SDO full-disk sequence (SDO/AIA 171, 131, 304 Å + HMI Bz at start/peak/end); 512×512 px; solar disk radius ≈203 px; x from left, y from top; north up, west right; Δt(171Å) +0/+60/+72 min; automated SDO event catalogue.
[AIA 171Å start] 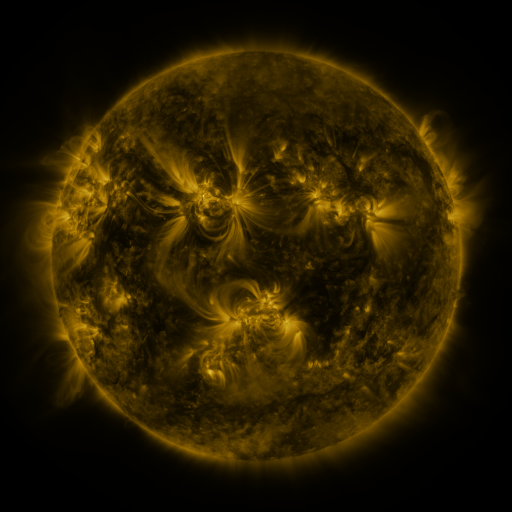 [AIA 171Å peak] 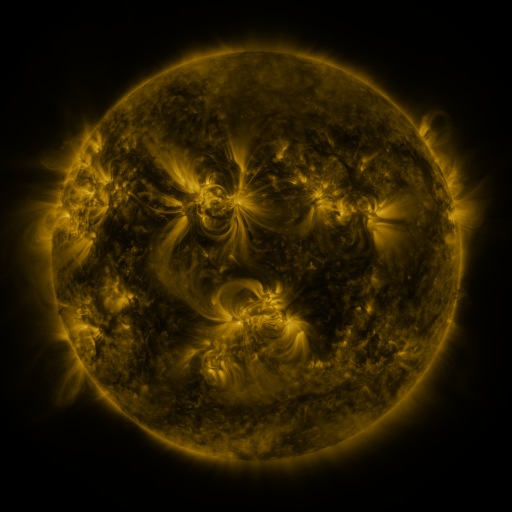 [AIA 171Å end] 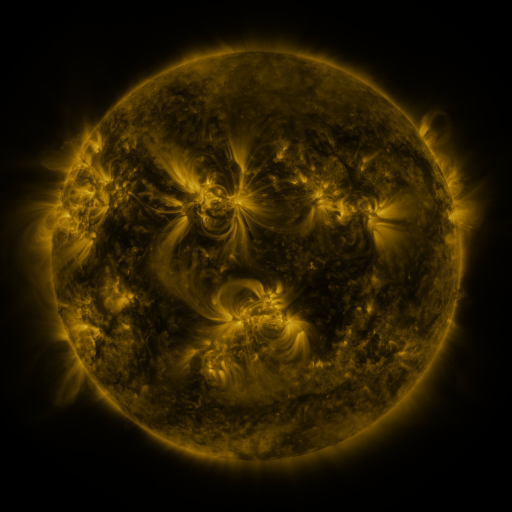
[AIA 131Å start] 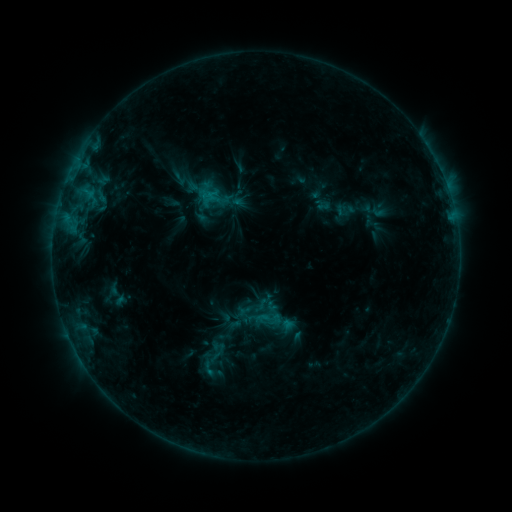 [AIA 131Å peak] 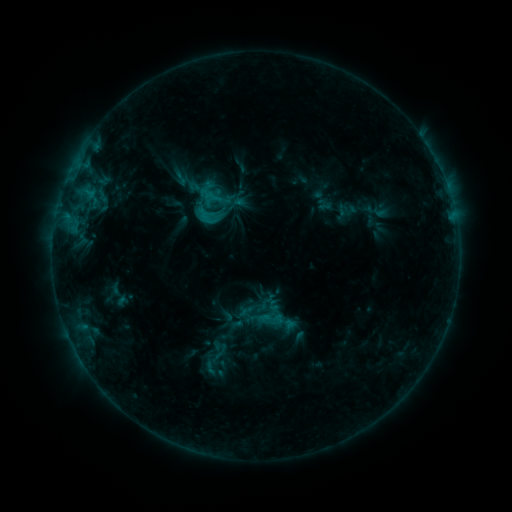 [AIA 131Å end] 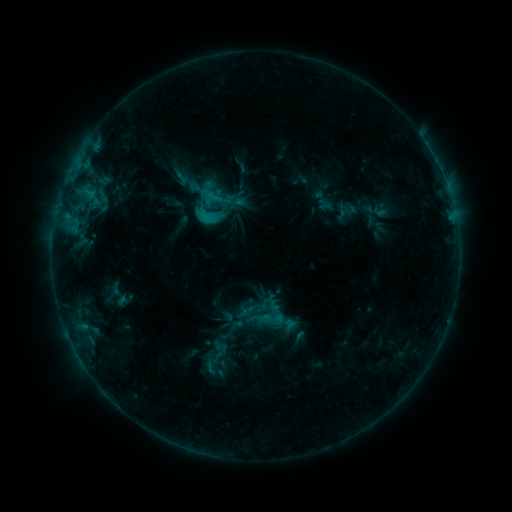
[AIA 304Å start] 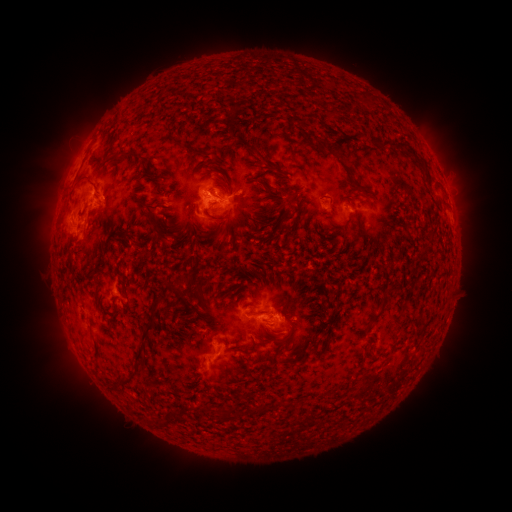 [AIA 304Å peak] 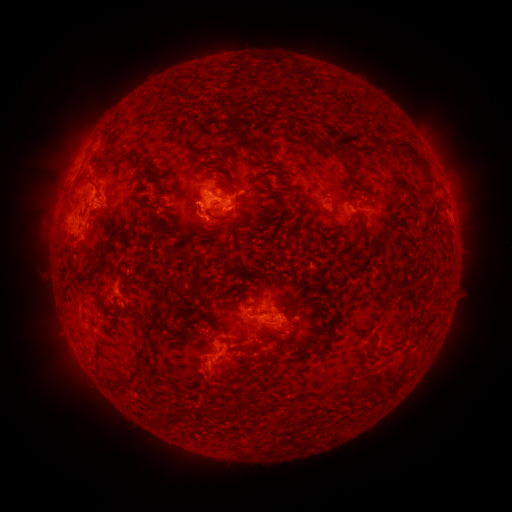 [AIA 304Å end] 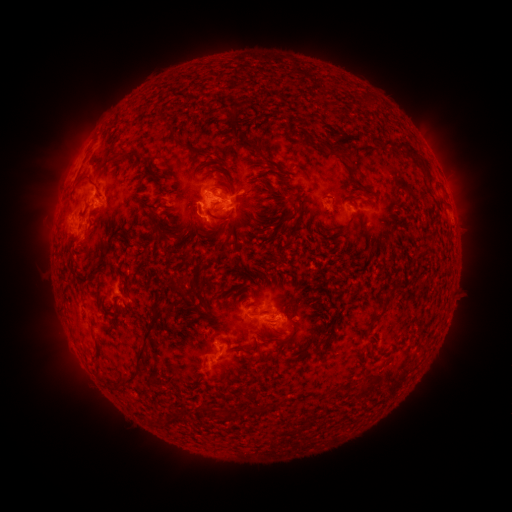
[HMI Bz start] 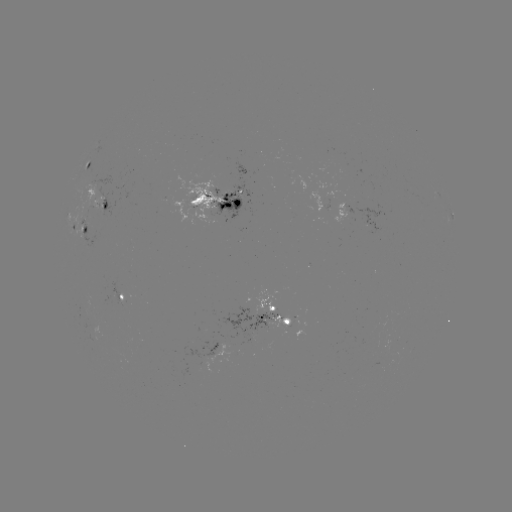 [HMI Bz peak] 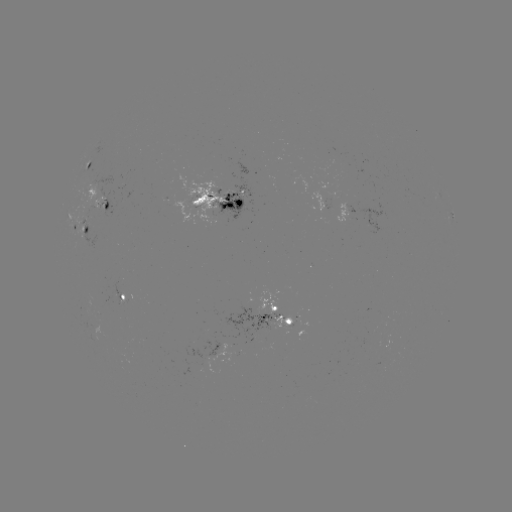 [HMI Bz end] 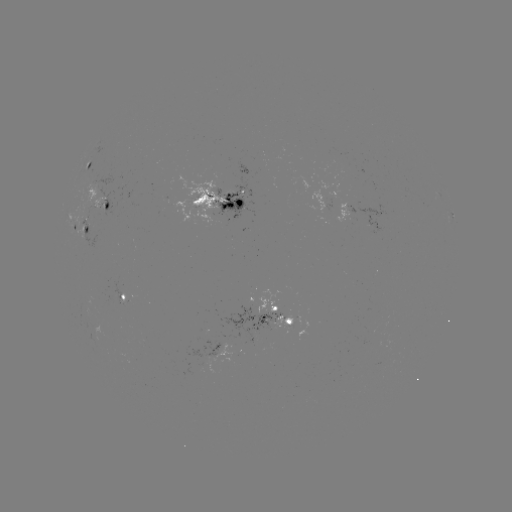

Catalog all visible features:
emerging-flux region: (330, 195)
